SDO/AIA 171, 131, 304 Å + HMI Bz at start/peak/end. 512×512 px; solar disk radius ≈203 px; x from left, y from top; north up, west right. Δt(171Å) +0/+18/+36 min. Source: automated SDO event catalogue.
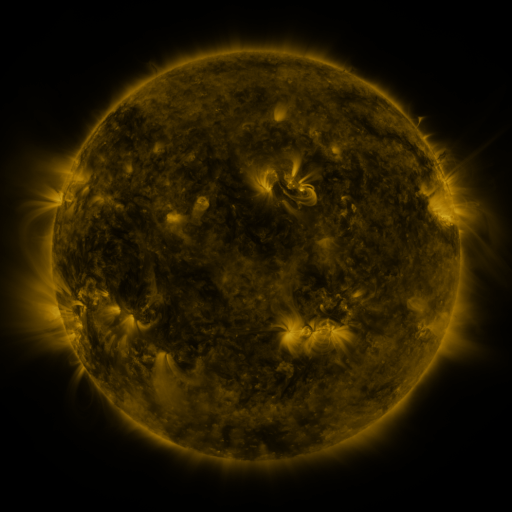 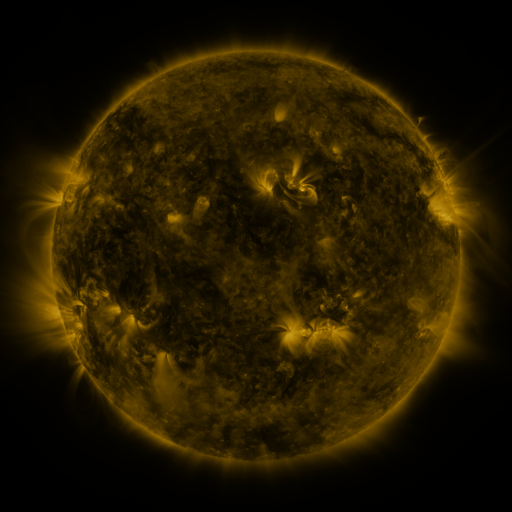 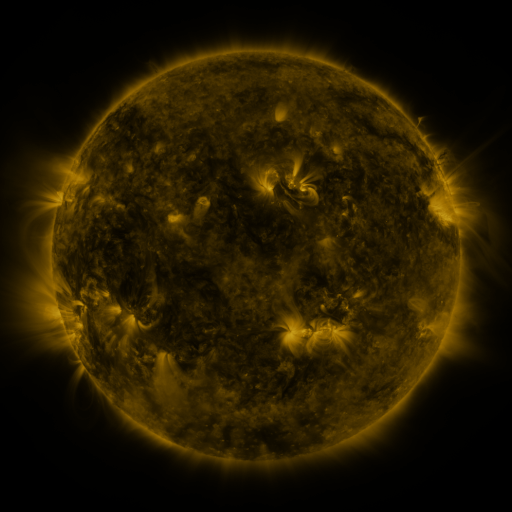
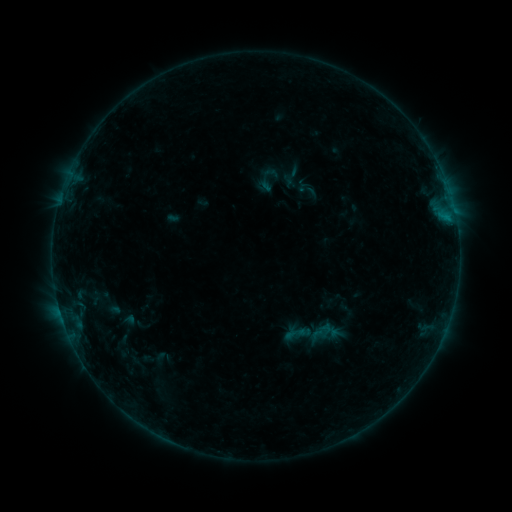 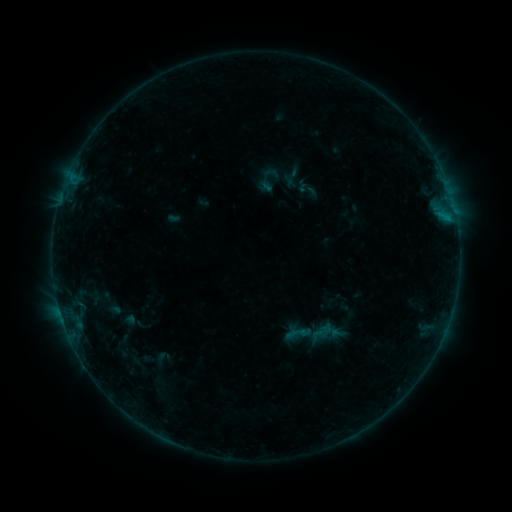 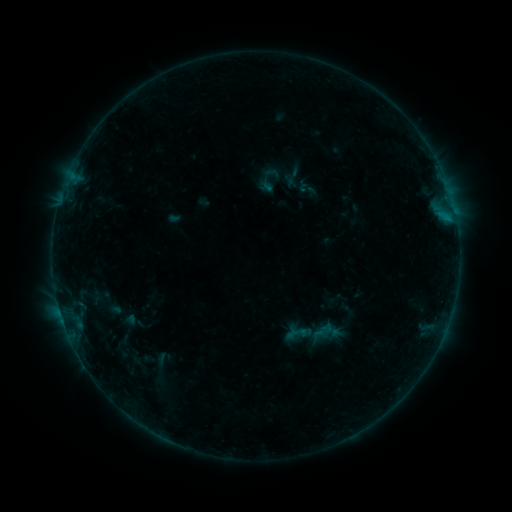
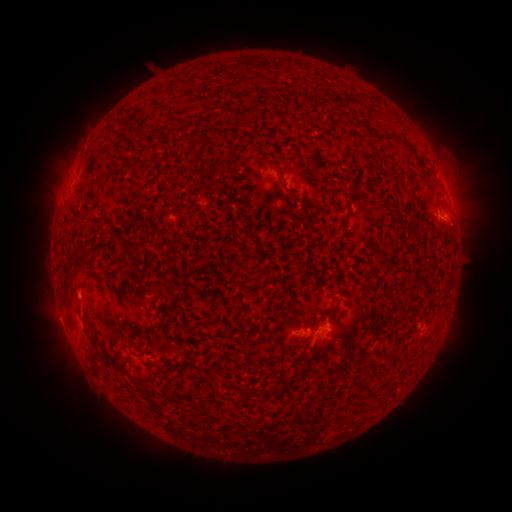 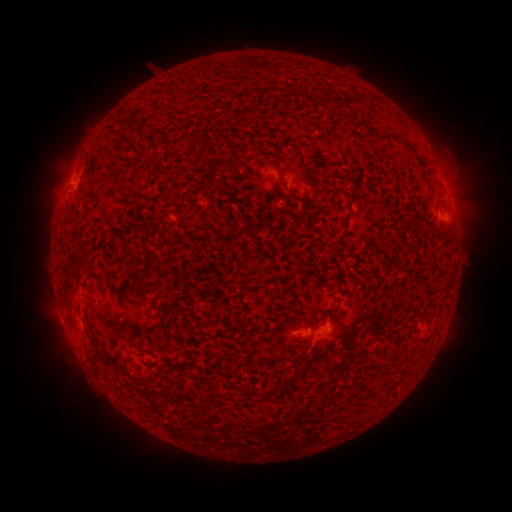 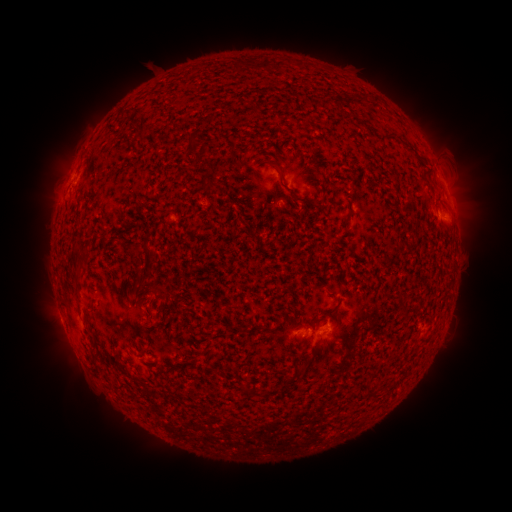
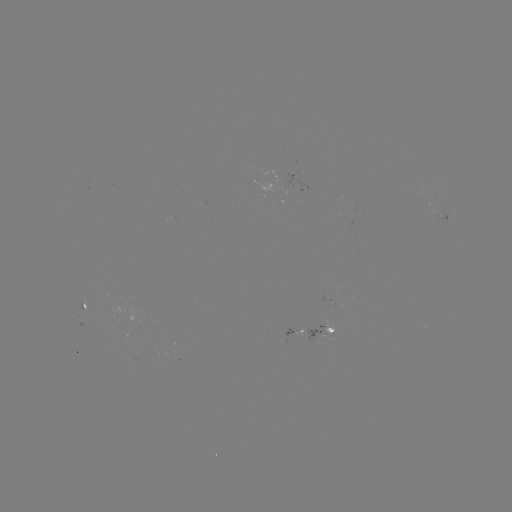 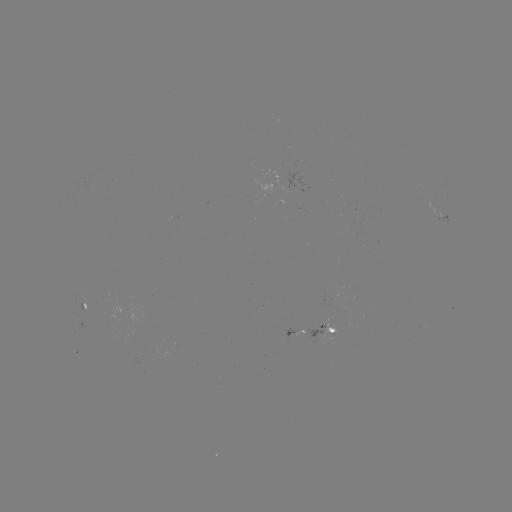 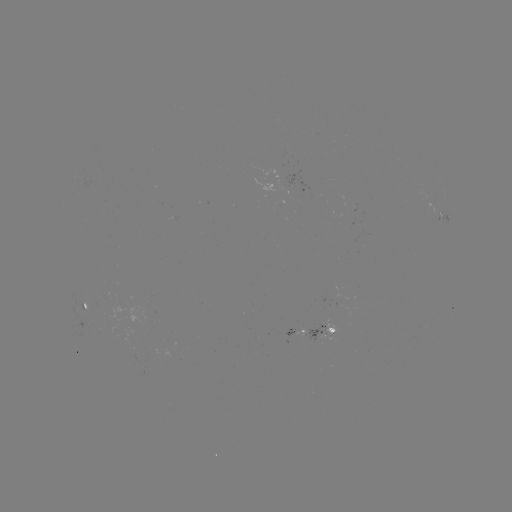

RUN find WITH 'B2.7 flare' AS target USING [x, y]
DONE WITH [70, 178] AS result